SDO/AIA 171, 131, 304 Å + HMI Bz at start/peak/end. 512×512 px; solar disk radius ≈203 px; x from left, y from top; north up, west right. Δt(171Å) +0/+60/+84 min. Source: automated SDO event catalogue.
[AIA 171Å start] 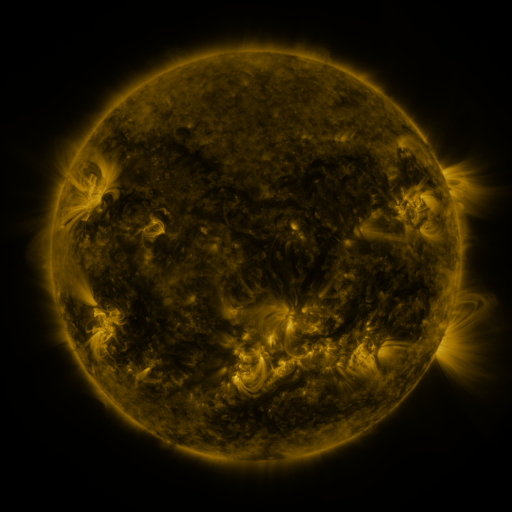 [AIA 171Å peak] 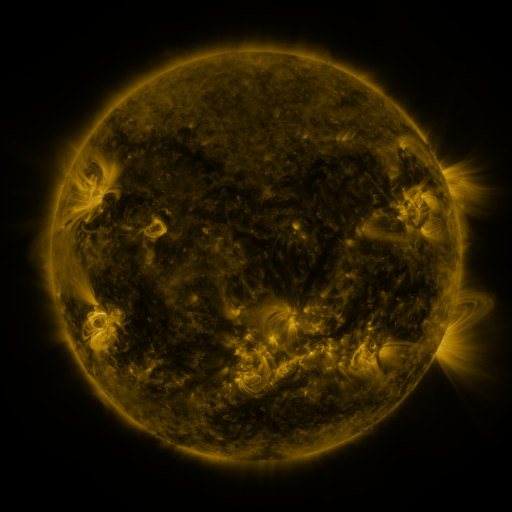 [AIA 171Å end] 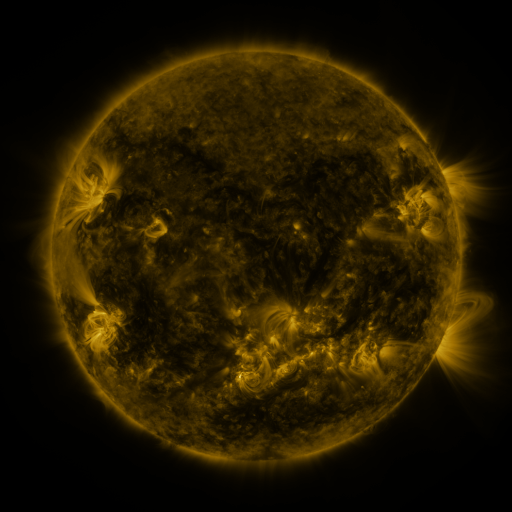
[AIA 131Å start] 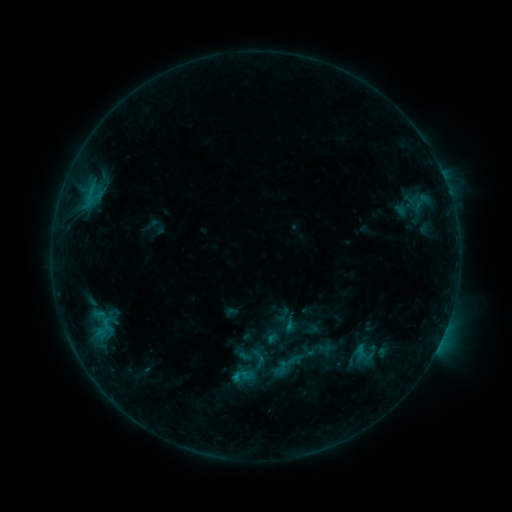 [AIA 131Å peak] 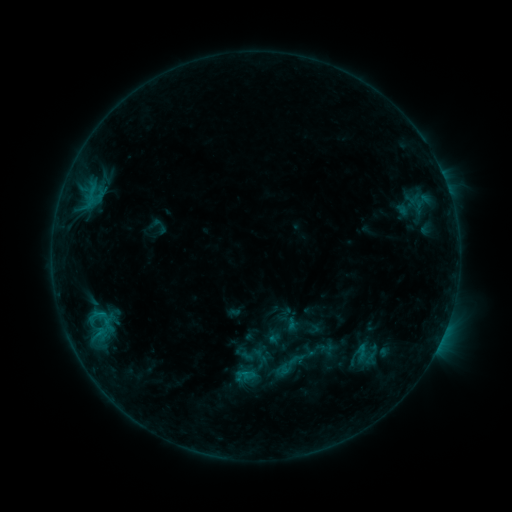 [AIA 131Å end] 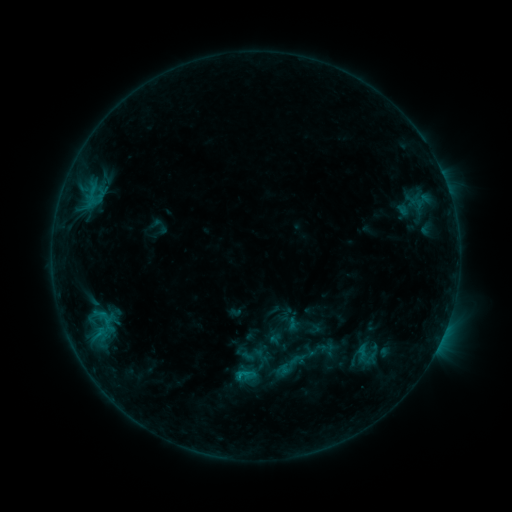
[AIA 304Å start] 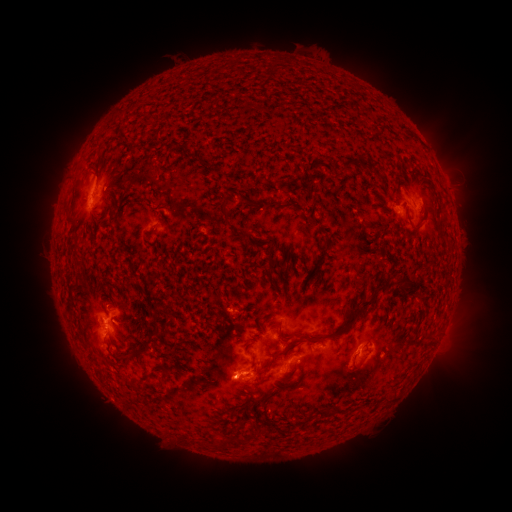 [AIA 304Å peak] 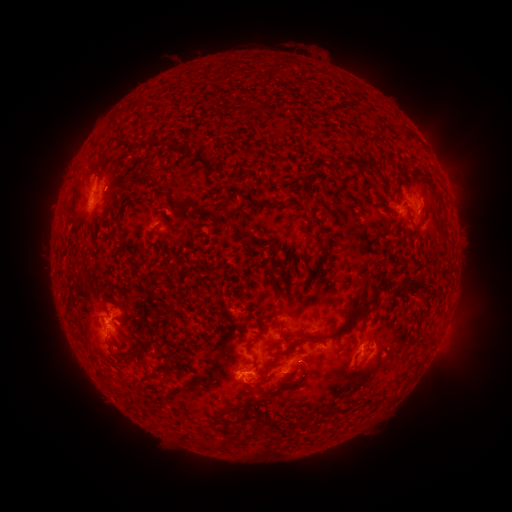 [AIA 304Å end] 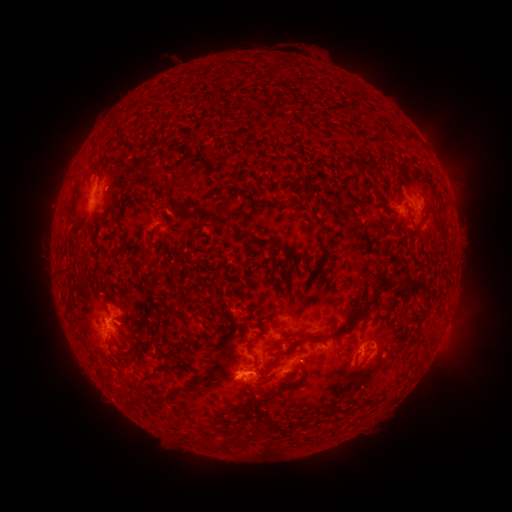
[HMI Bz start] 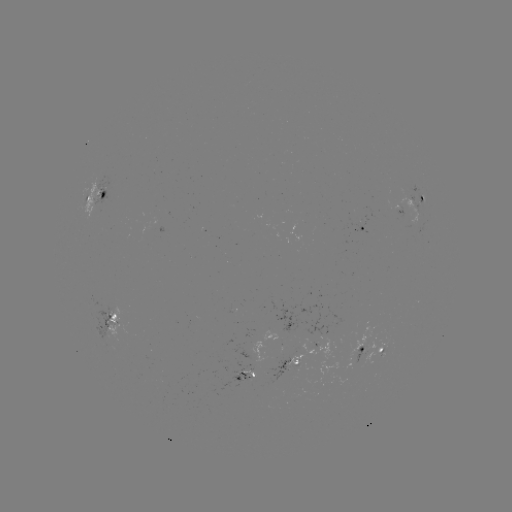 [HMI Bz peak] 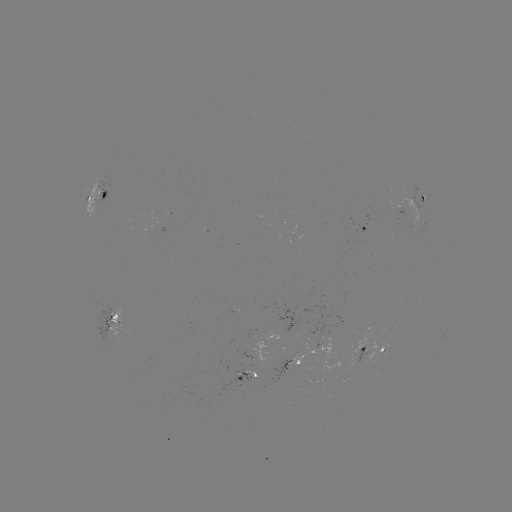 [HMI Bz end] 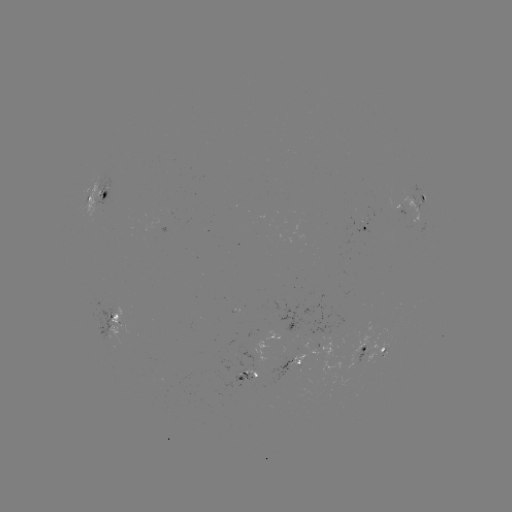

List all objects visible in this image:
emerging-flux region: (253, 371)
